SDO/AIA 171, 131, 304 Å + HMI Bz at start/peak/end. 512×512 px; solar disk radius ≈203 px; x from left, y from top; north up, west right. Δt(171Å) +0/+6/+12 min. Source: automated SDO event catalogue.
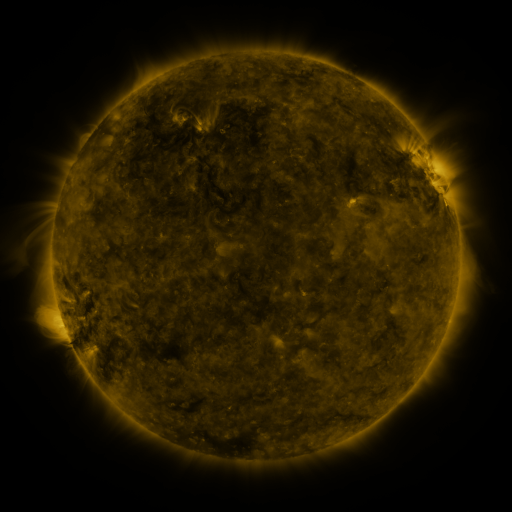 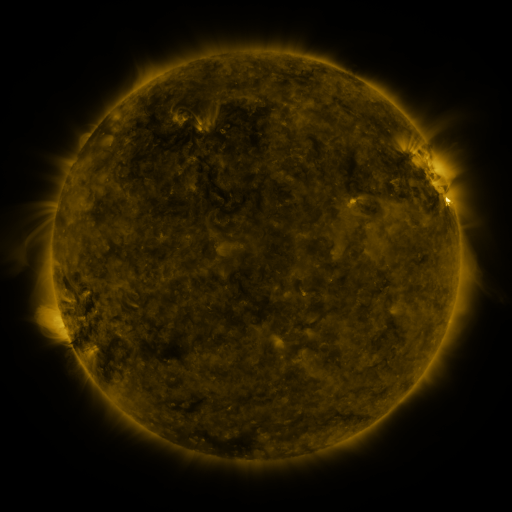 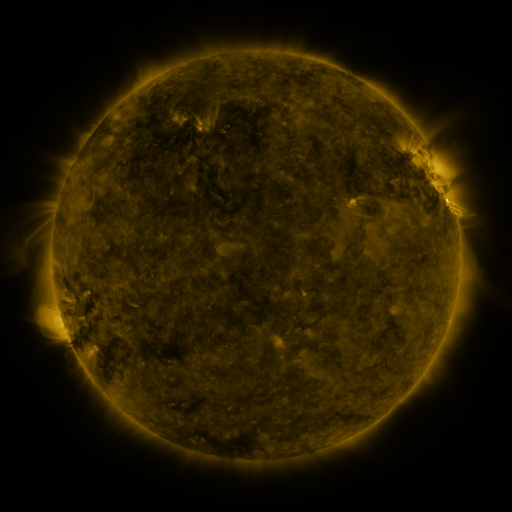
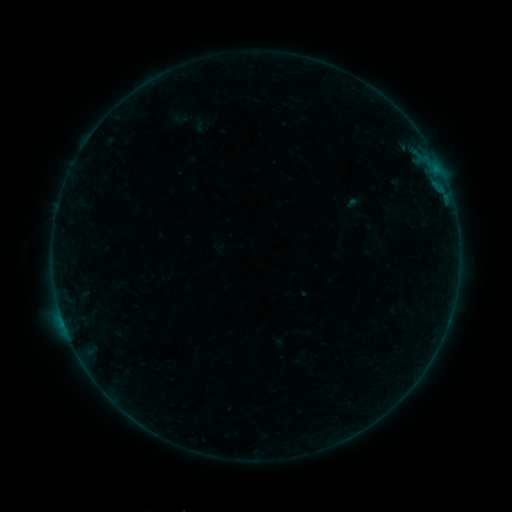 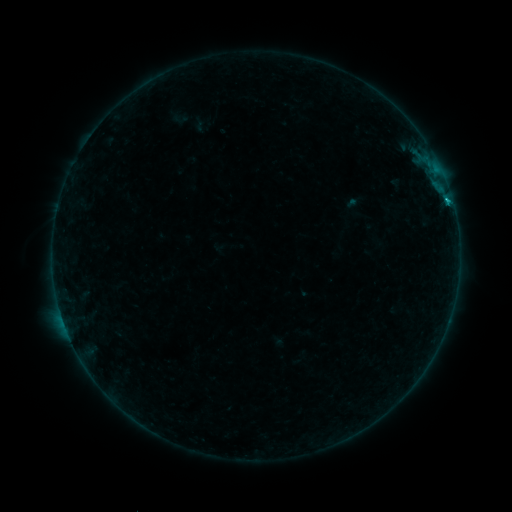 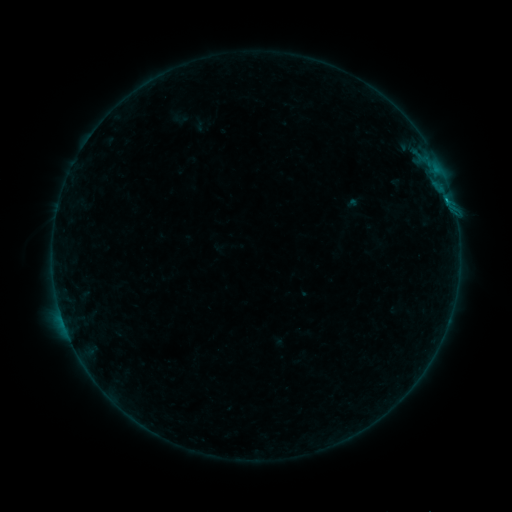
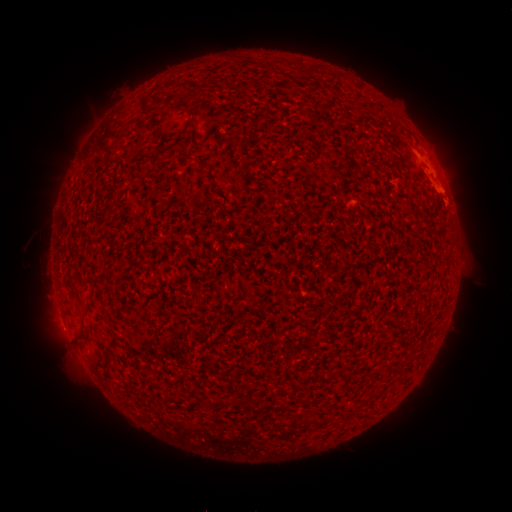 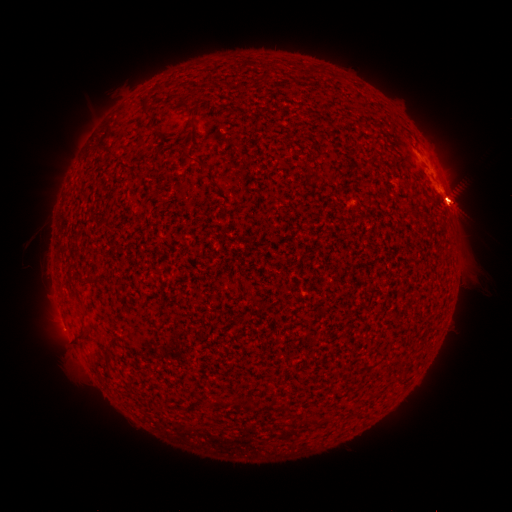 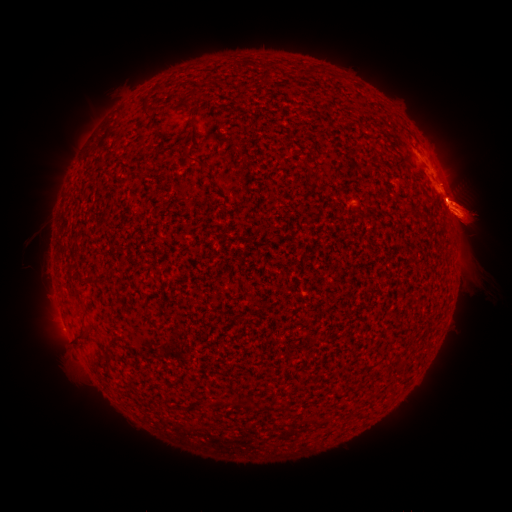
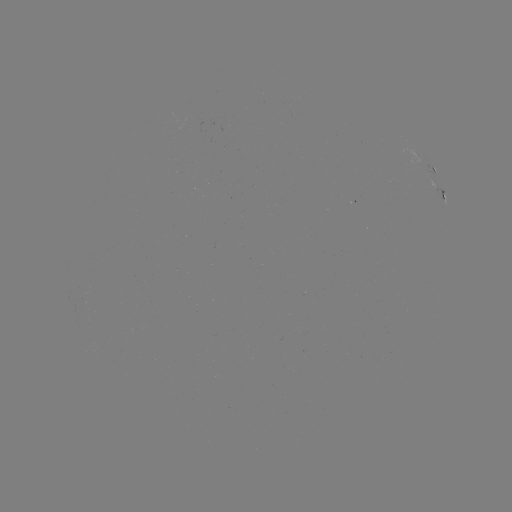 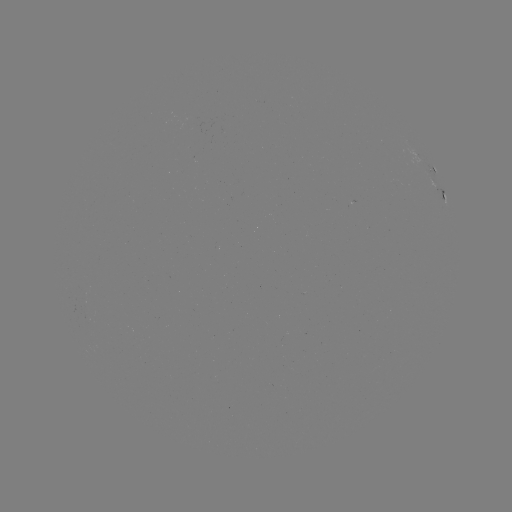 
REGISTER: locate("B3.2 flare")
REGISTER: [447, 202]